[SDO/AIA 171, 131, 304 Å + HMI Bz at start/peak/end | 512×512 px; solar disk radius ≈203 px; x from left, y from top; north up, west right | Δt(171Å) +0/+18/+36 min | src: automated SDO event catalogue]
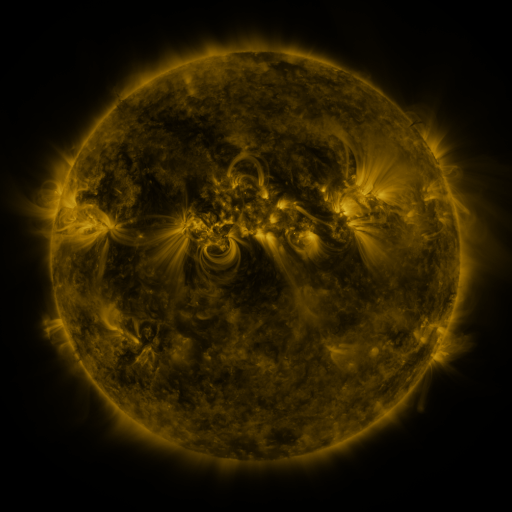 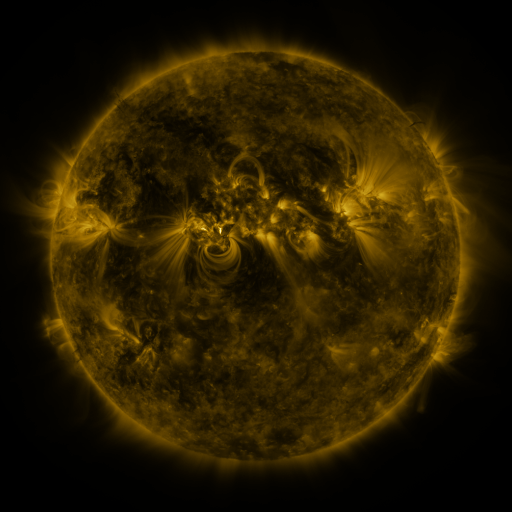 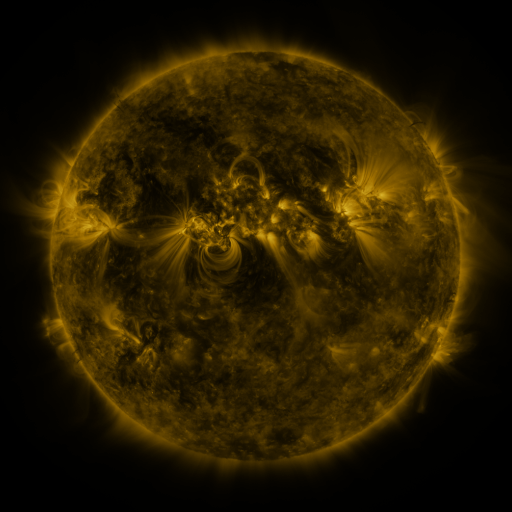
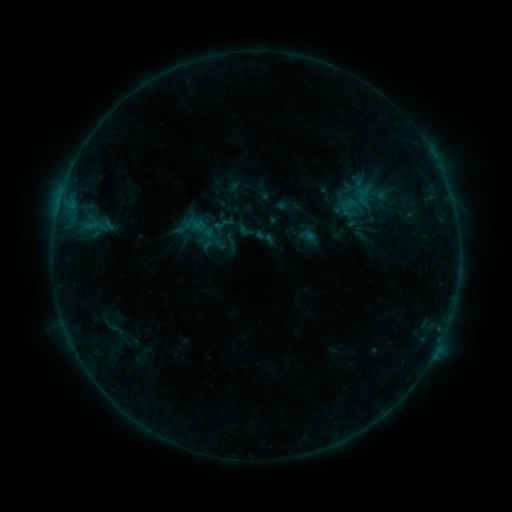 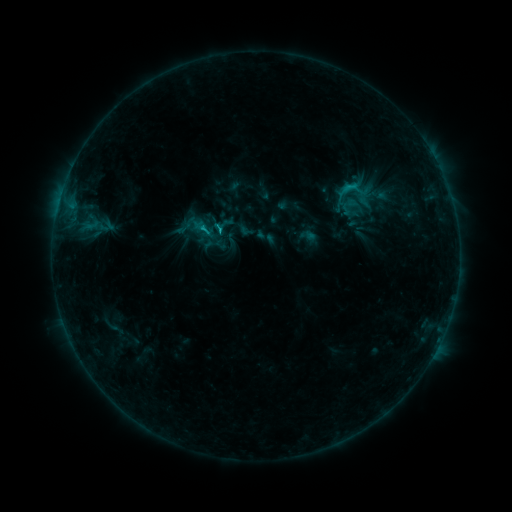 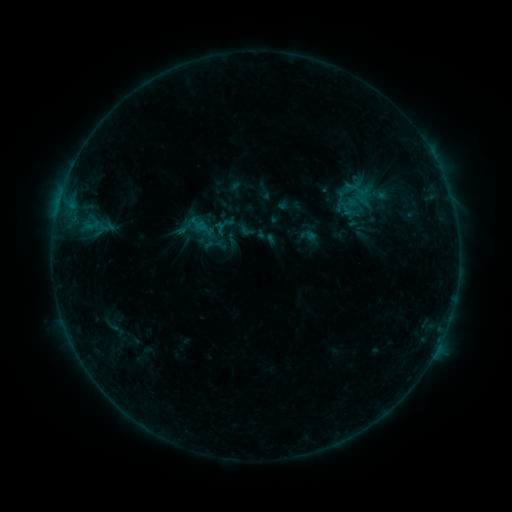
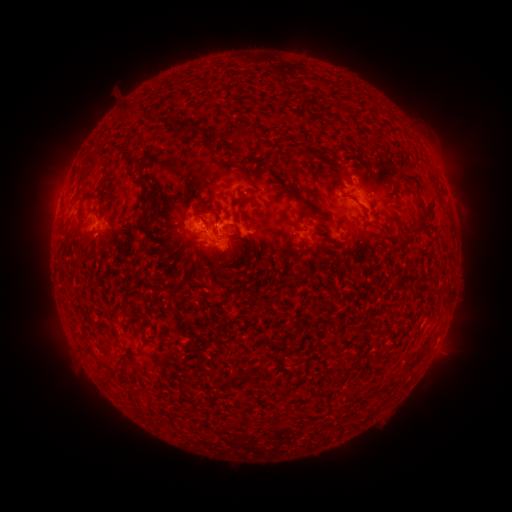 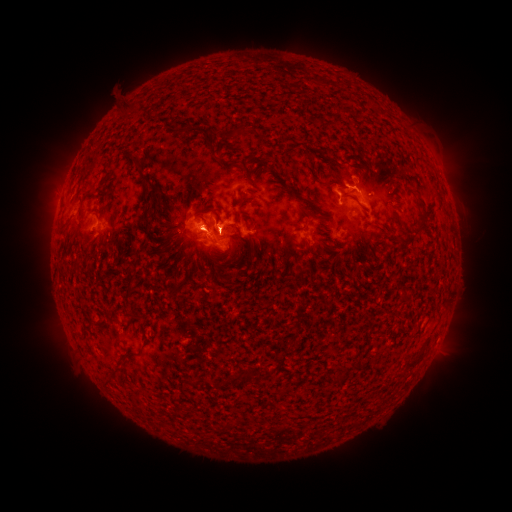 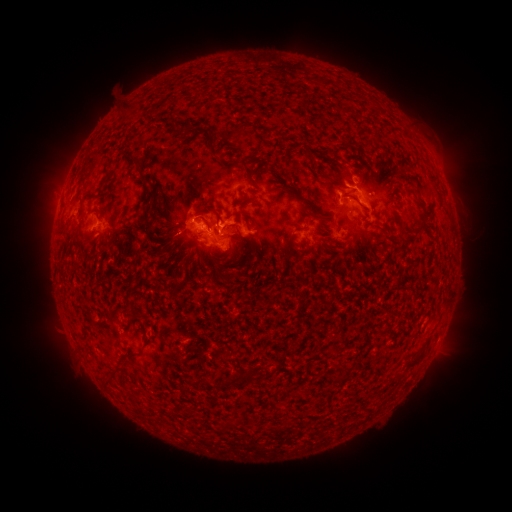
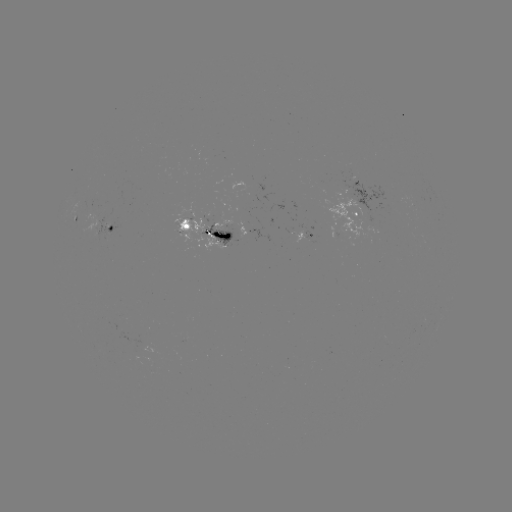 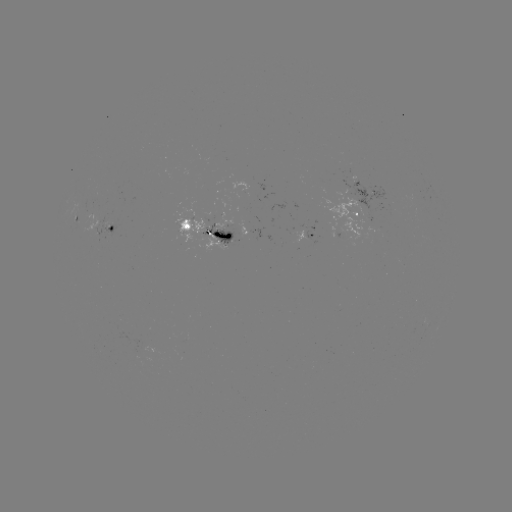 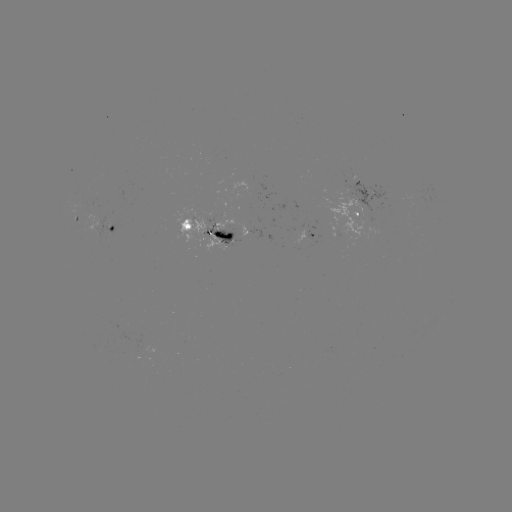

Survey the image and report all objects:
C1.3 flare: (345, 189)
